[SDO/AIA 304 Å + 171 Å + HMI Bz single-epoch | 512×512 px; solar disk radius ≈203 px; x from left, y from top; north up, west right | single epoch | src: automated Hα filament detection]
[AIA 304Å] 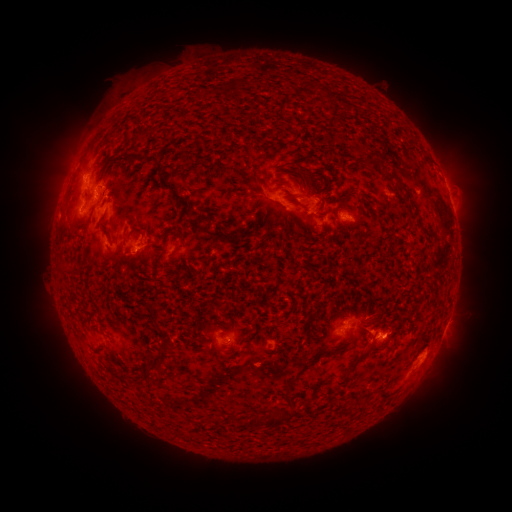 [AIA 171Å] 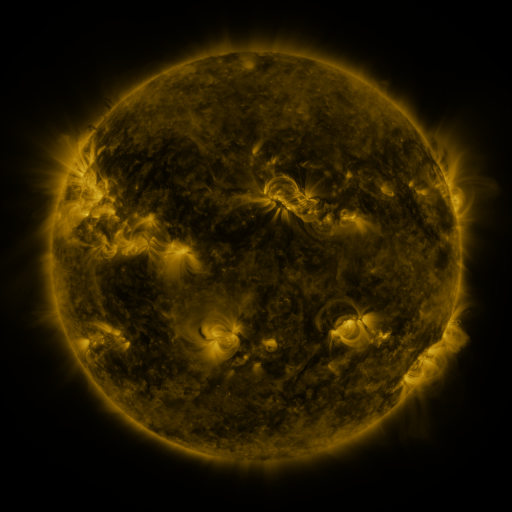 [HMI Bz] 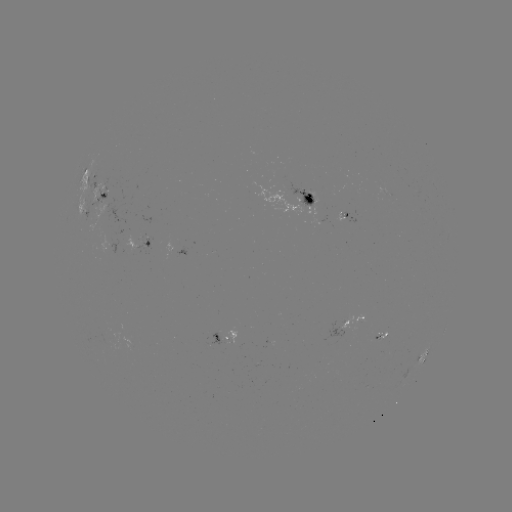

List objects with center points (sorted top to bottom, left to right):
filament: <bbox>290, 161, 308, 173</bbox>
filament: <bbox>388, 173, 407, 193</bbox>
filament: <bbox>159, 178, 188, 205</bbox>
filament: <bbox>241, 195, 249, 205</bbox>
filament: <bbox>251, 197, 260, 205</bbox>
filament: <bbox>301, 205, 311, 212</bbox>
filament: <bbox>146, 306, 155, 318</bbox>
filament: <bbox>324, 348, 334, 355</bbox>
filament: <bbox>348, 352, 365, 372</bbox>
filament: <bbox>281, 375, 297, 419</bbox>
